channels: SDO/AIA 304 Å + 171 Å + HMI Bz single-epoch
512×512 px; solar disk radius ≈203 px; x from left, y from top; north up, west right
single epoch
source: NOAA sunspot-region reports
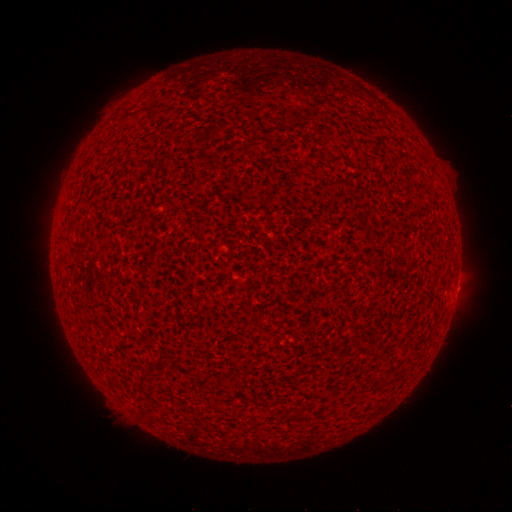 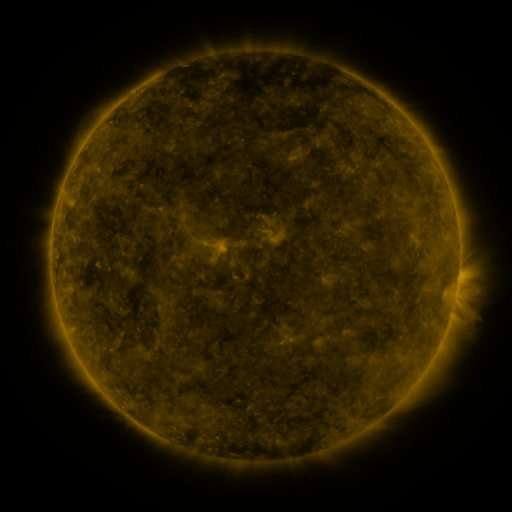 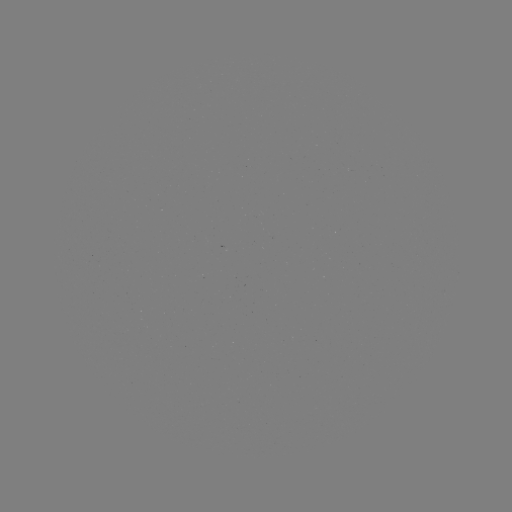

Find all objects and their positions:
(none)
